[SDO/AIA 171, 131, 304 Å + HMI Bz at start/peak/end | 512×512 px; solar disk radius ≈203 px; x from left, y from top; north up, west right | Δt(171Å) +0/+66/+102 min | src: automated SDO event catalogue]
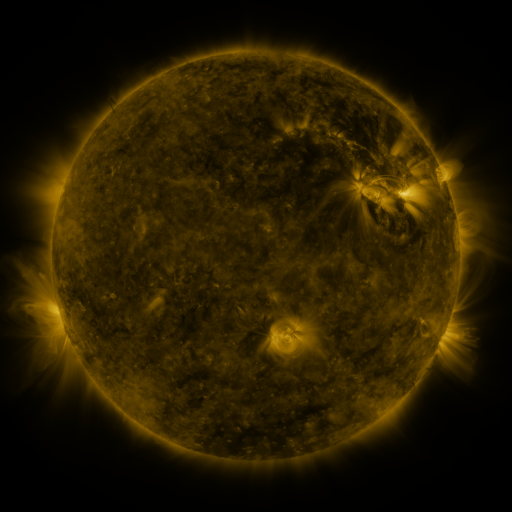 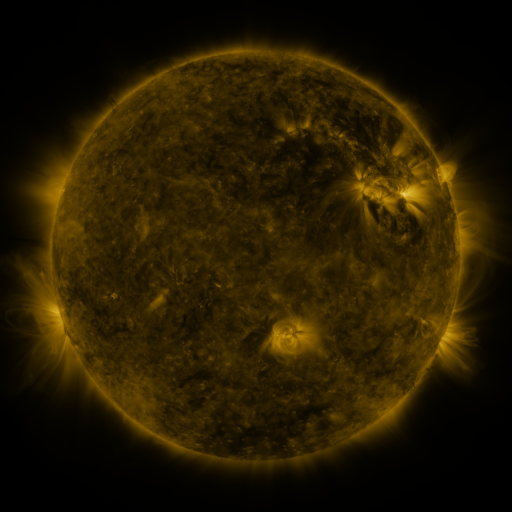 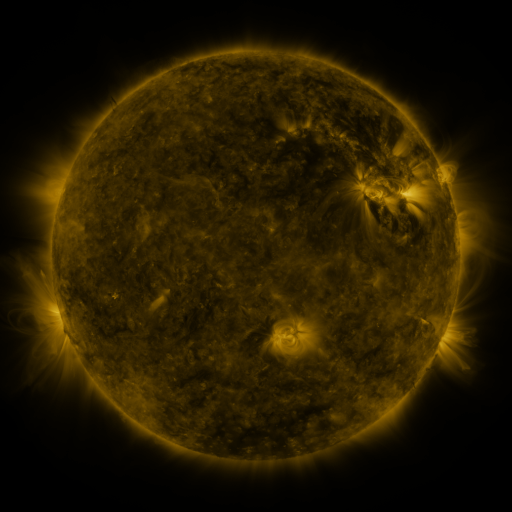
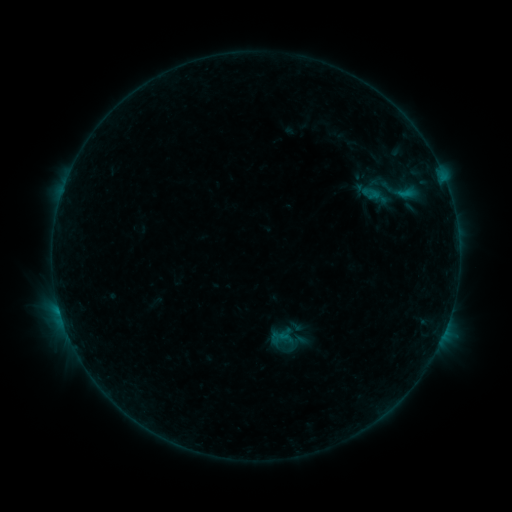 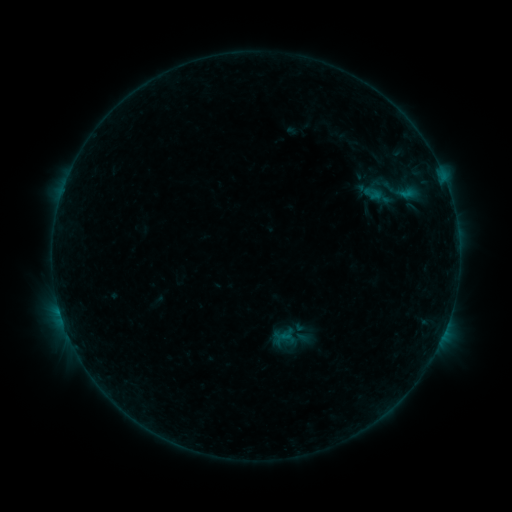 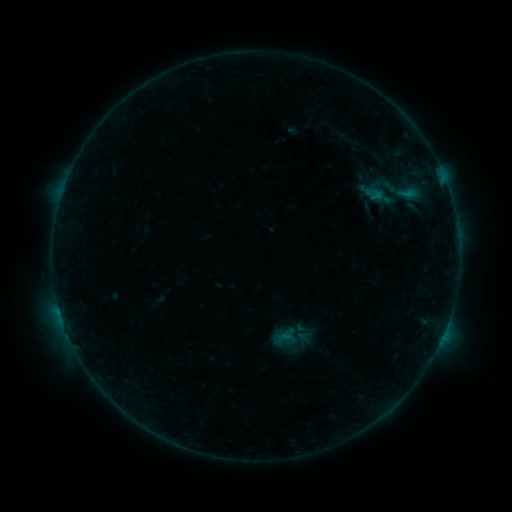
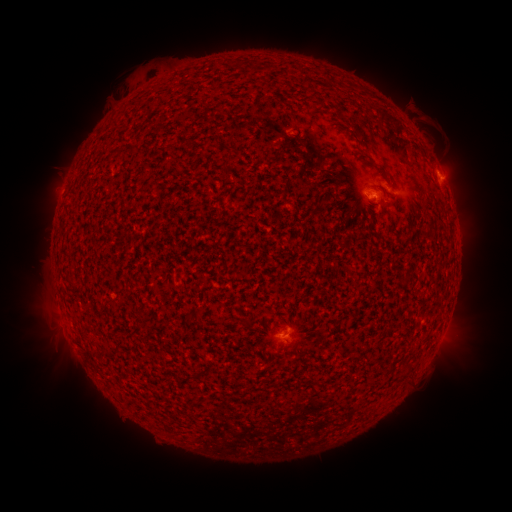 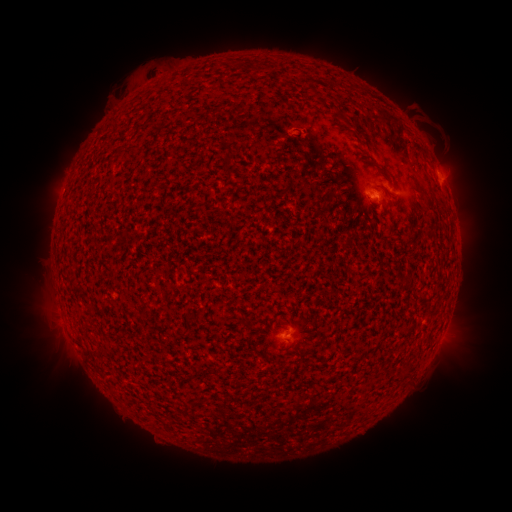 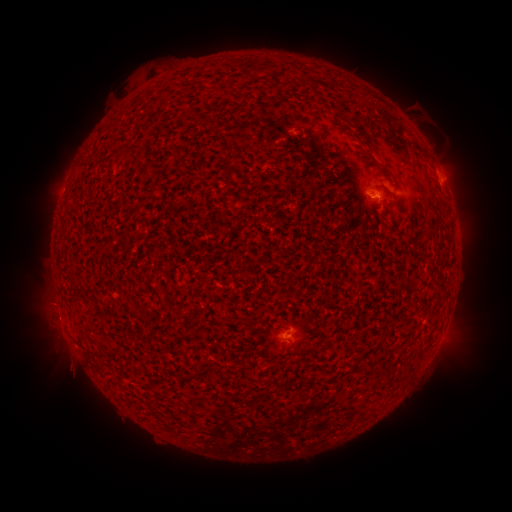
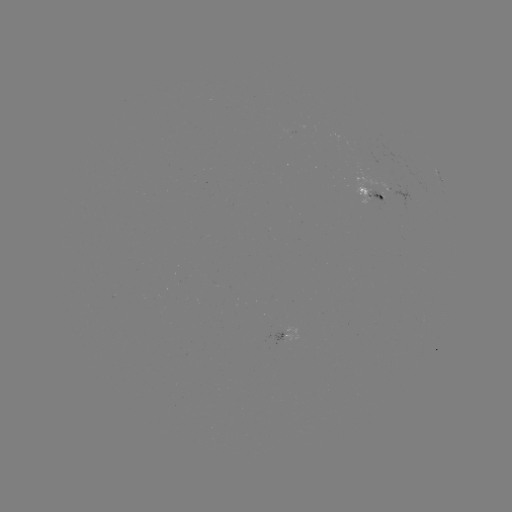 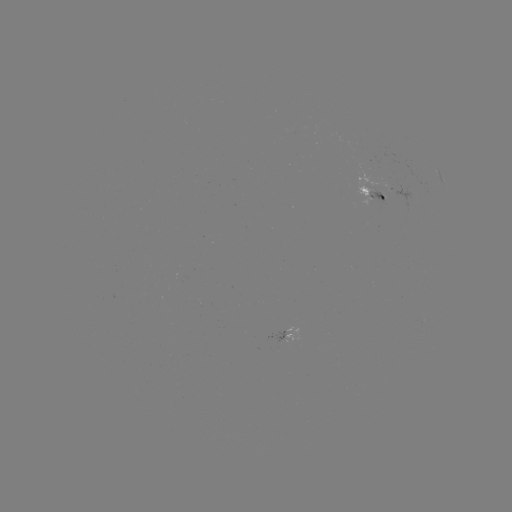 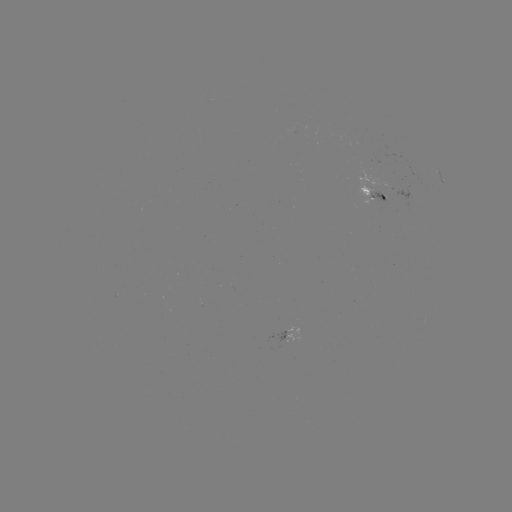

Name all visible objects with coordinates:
emerging-flux region: (372, 199)
